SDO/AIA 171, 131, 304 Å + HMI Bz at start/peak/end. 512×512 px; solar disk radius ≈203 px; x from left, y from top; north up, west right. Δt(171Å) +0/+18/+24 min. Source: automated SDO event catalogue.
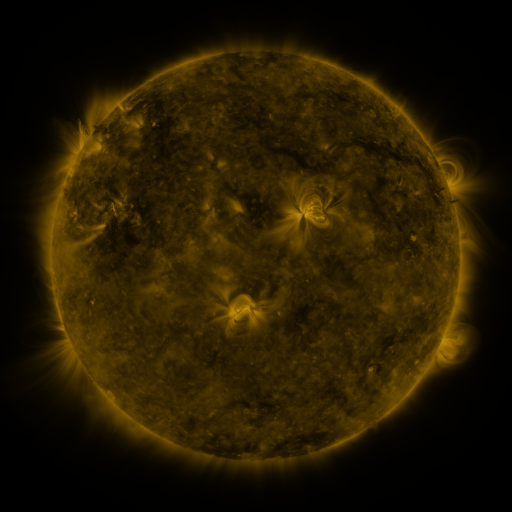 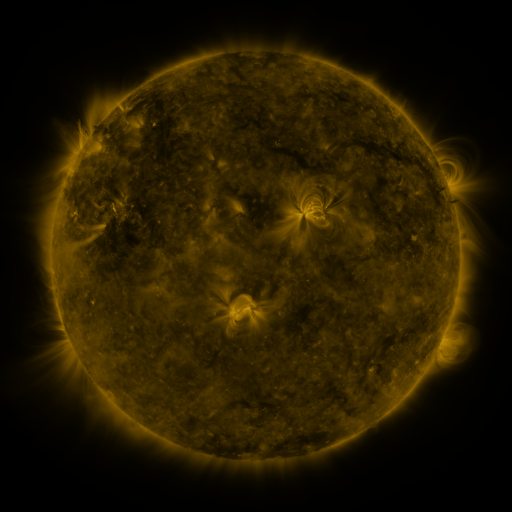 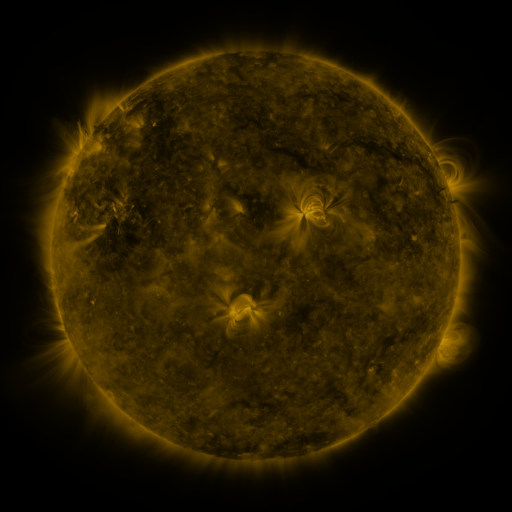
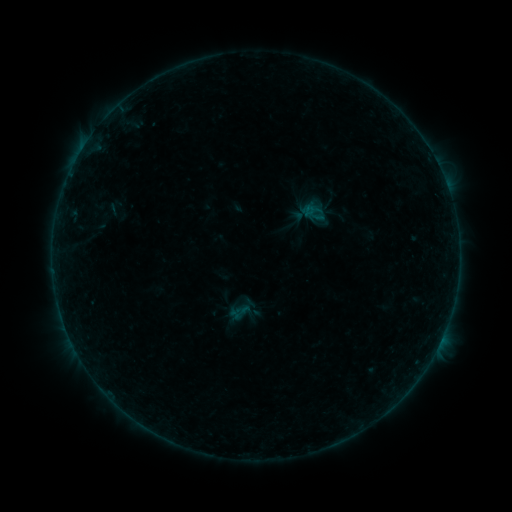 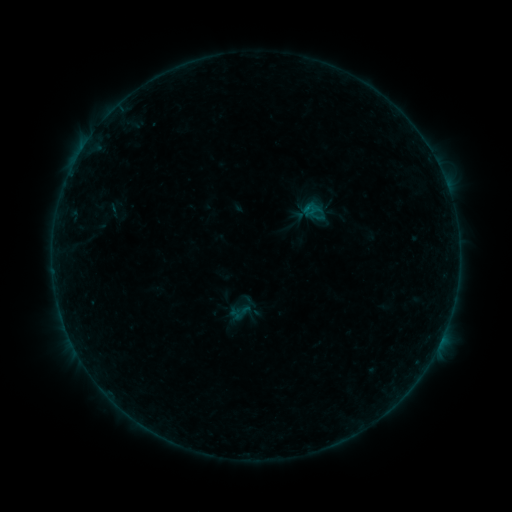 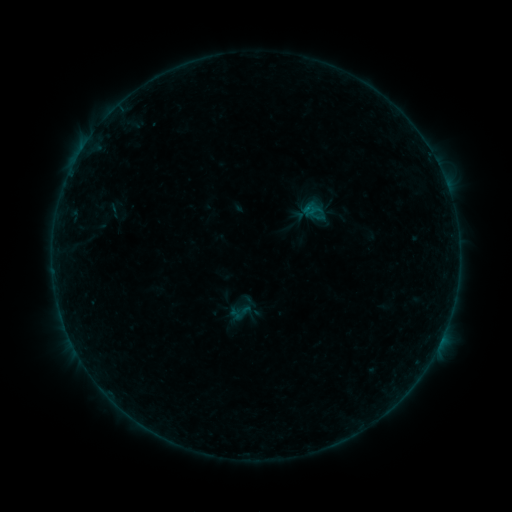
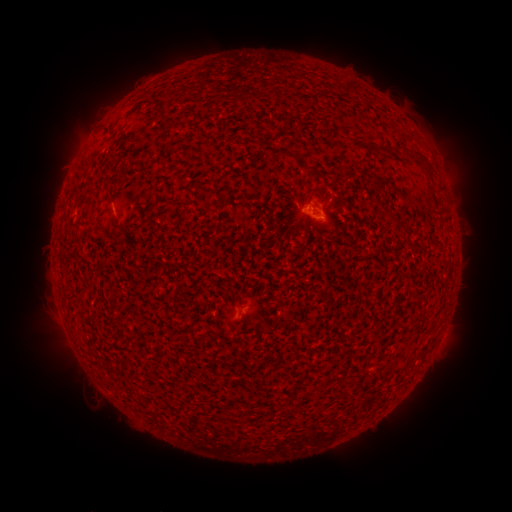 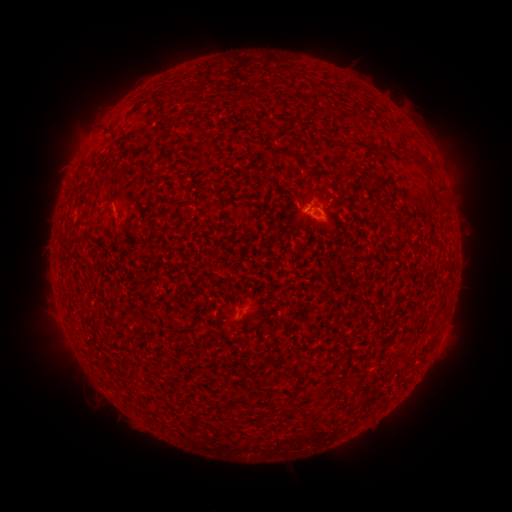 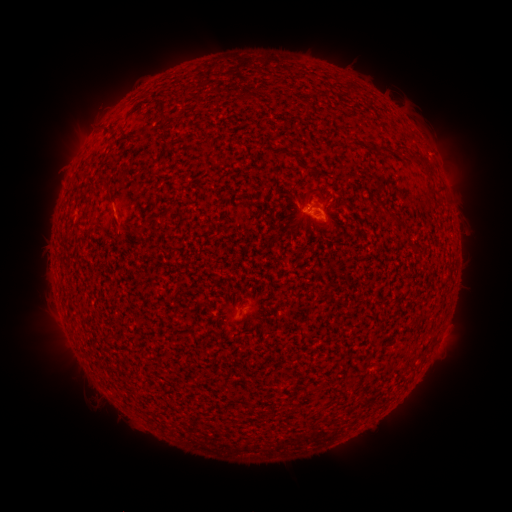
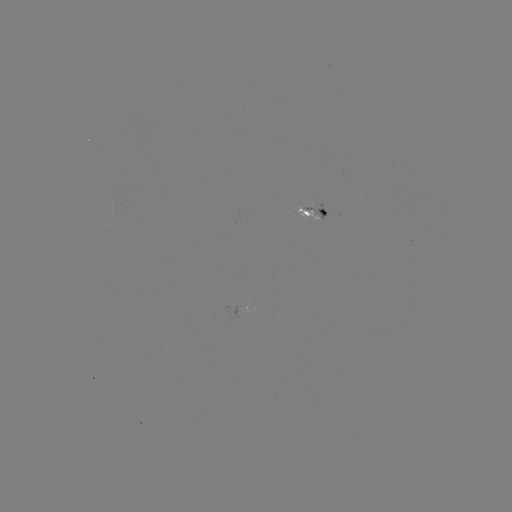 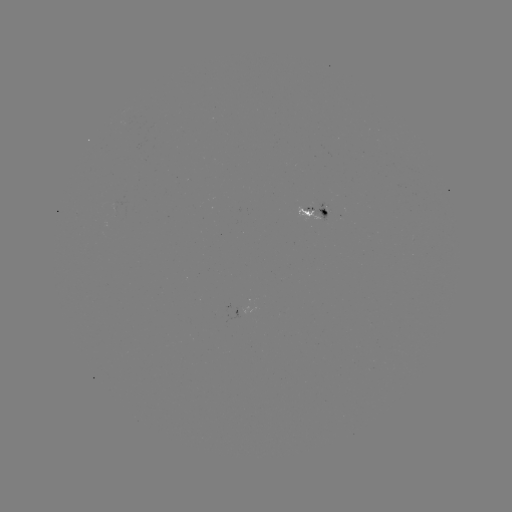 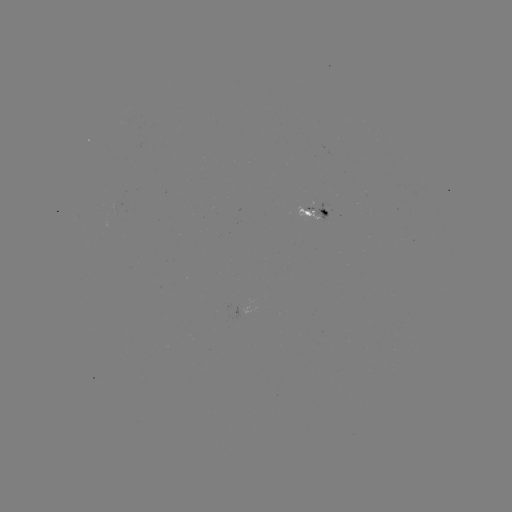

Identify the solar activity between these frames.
B2.1 flare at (313, 209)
